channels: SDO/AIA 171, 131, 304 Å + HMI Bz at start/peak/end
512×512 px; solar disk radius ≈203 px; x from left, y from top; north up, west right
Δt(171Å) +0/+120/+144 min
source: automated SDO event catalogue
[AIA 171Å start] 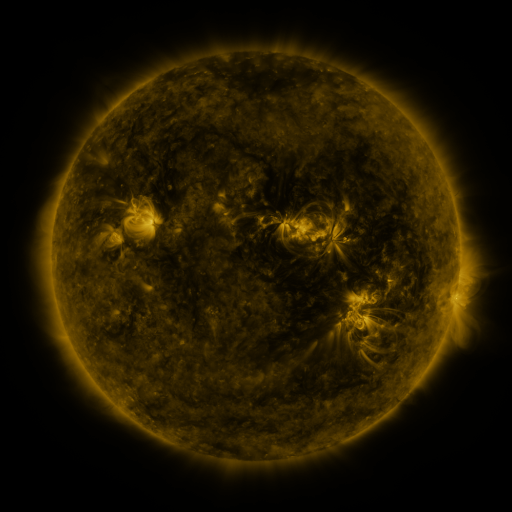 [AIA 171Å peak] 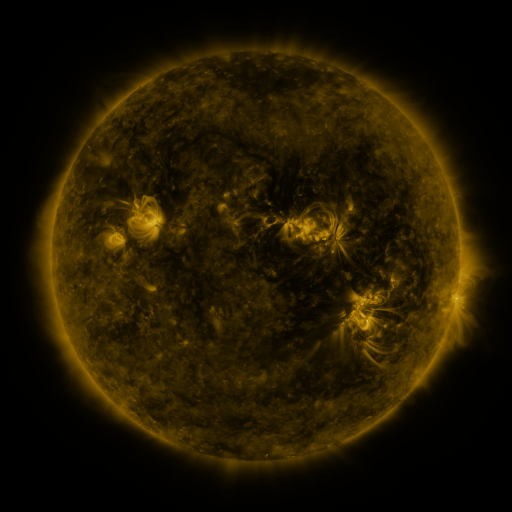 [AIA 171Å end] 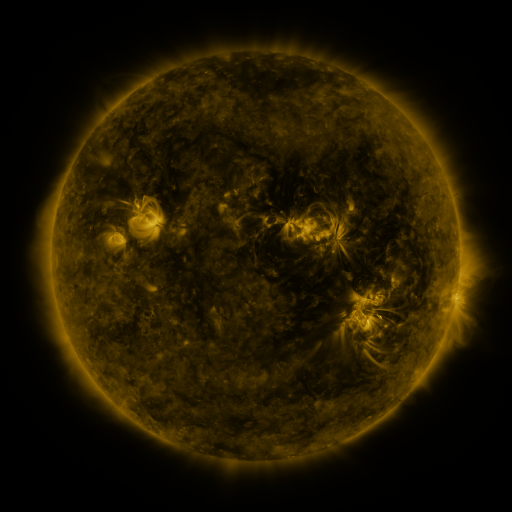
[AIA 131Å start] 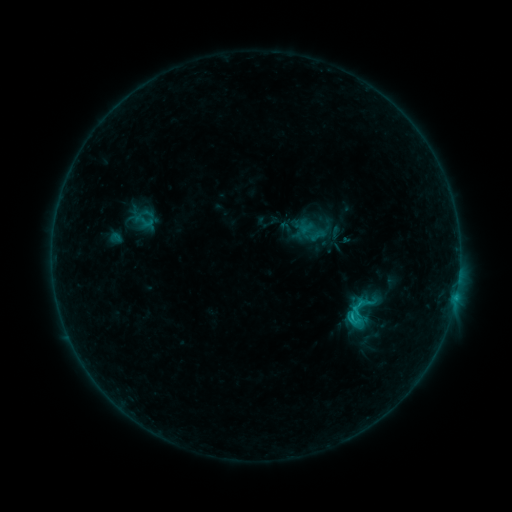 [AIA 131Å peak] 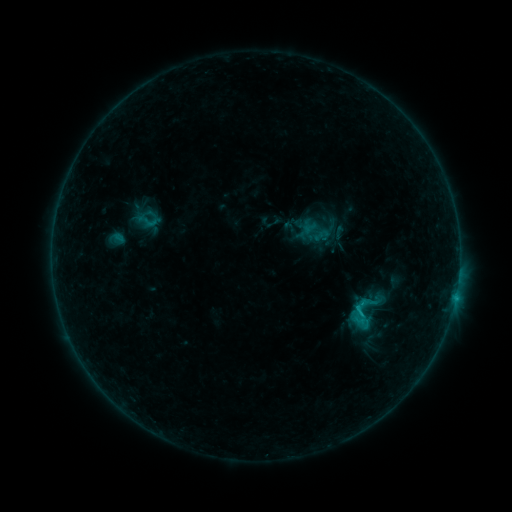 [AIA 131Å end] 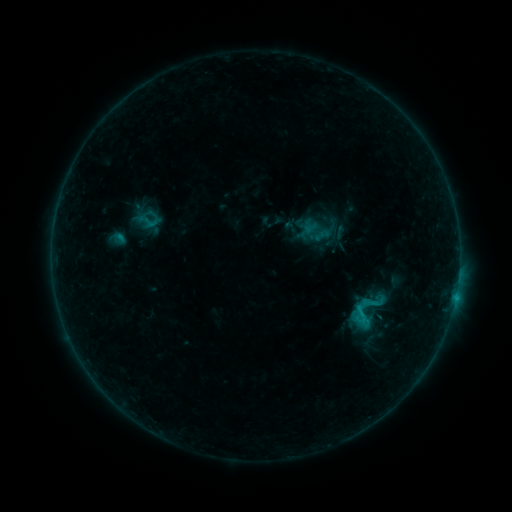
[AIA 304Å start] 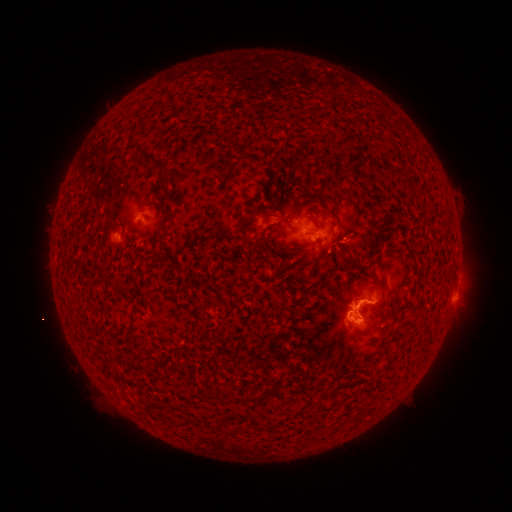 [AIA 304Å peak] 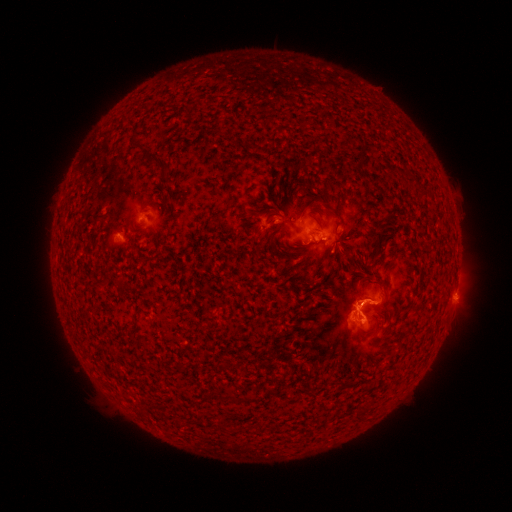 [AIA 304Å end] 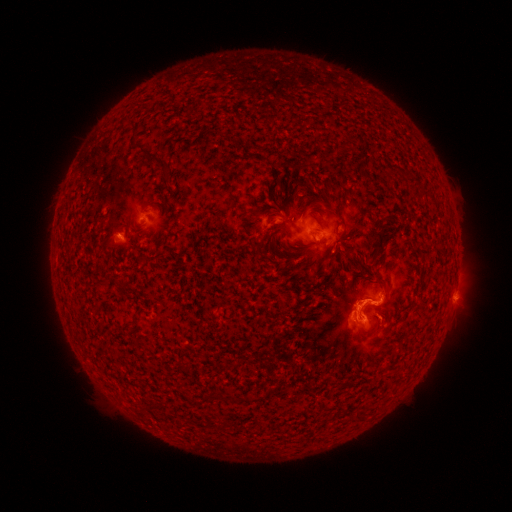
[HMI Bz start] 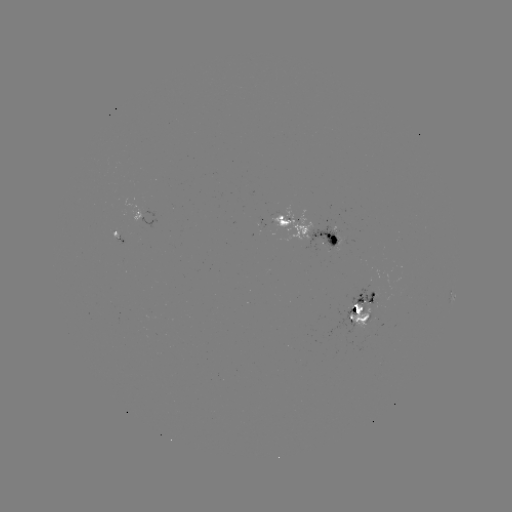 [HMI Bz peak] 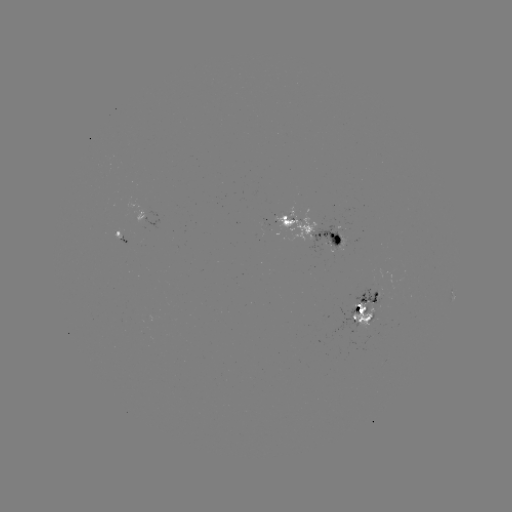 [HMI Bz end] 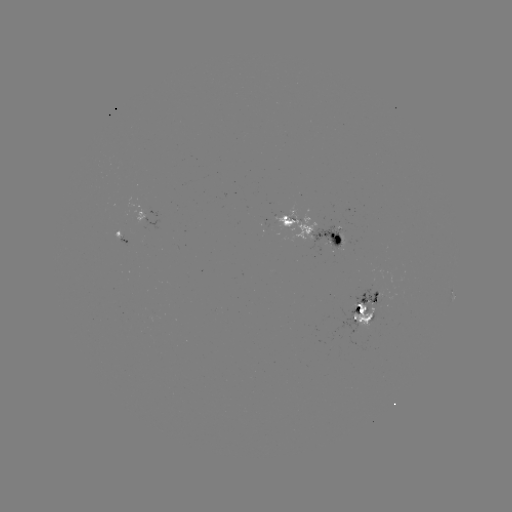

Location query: emerging-flux region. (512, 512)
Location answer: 285,223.